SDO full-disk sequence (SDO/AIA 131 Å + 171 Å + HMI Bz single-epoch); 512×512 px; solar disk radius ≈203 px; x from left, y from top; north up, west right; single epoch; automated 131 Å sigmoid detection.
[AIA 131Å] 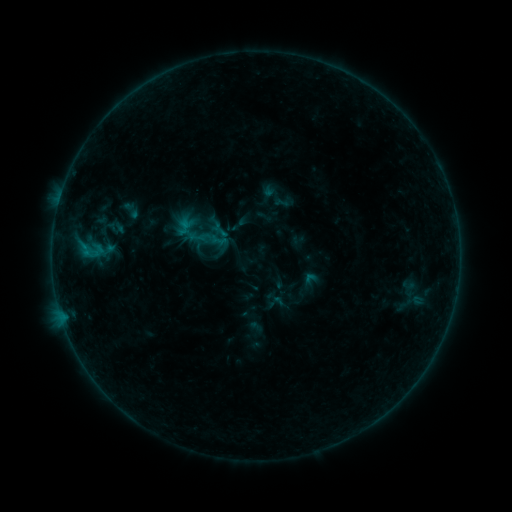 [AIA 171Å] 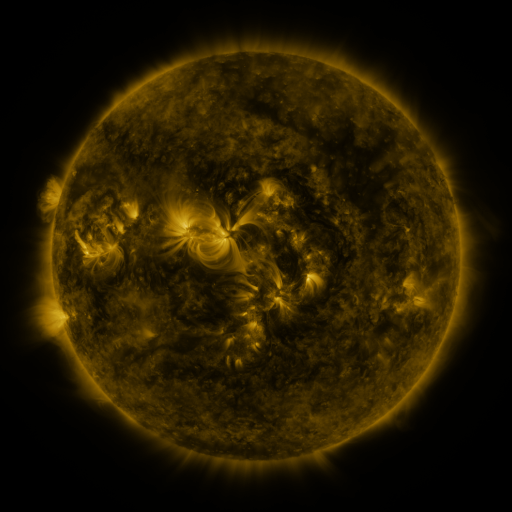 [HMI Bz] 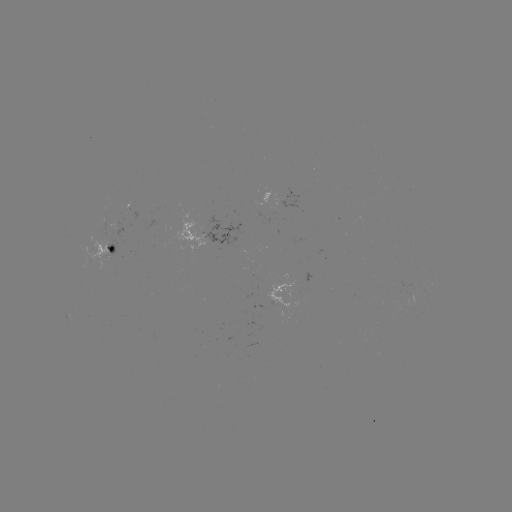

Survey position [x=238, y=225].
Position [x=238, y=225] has sigmoid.